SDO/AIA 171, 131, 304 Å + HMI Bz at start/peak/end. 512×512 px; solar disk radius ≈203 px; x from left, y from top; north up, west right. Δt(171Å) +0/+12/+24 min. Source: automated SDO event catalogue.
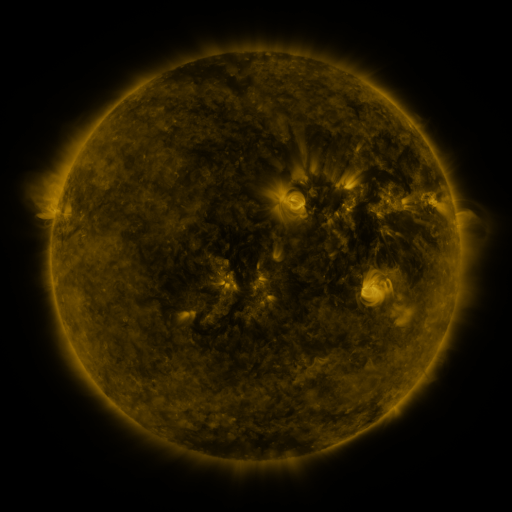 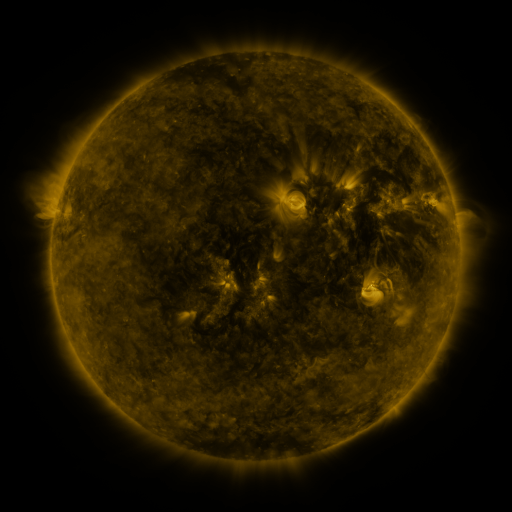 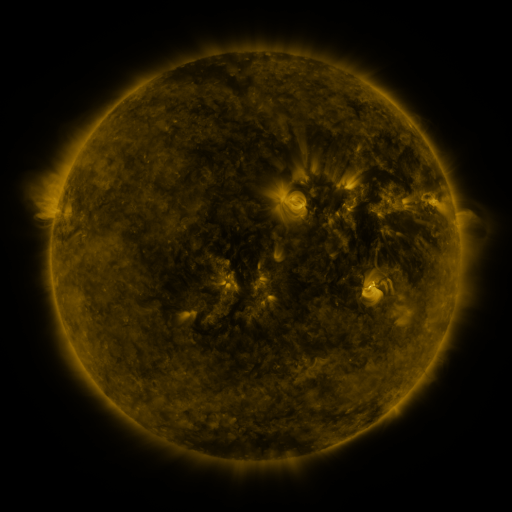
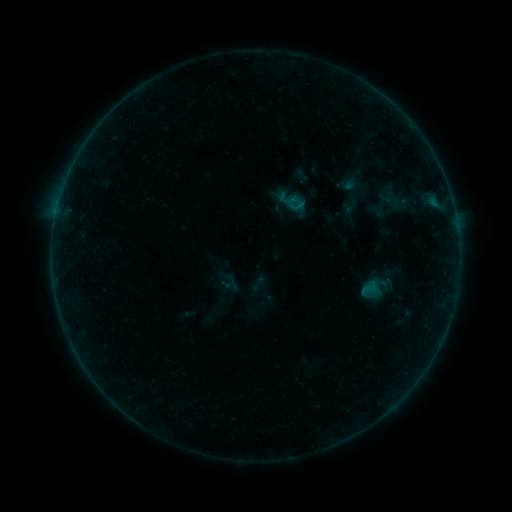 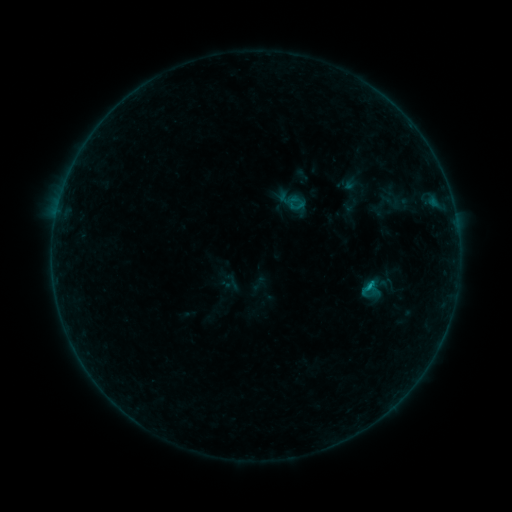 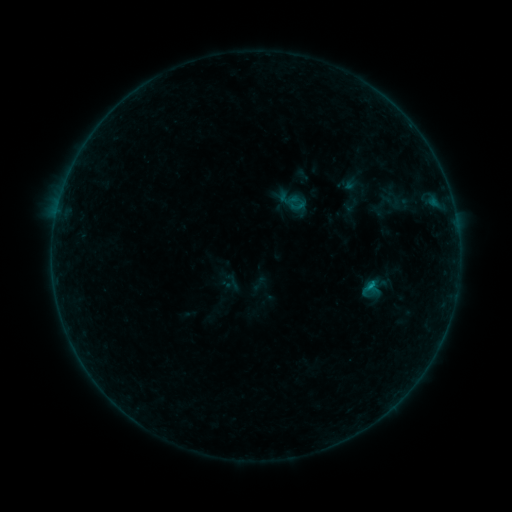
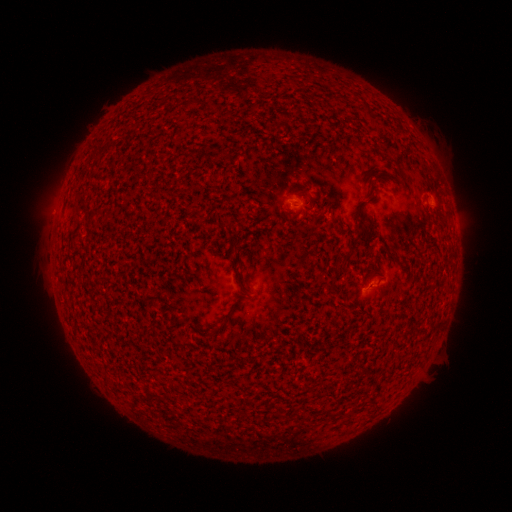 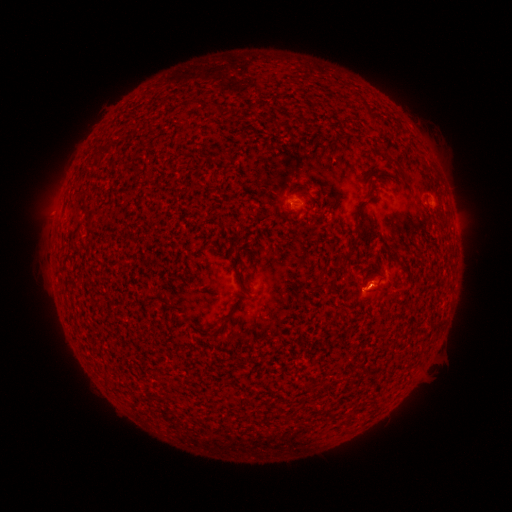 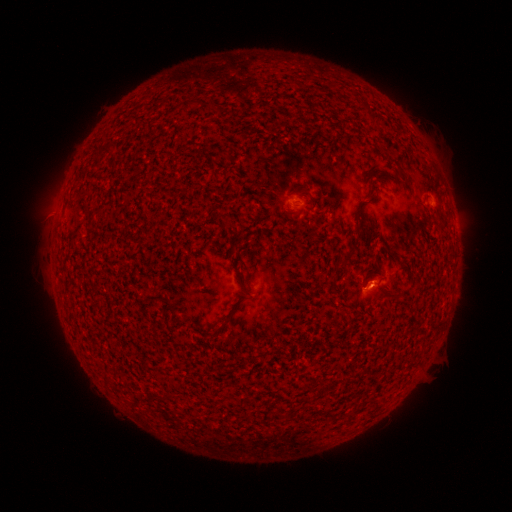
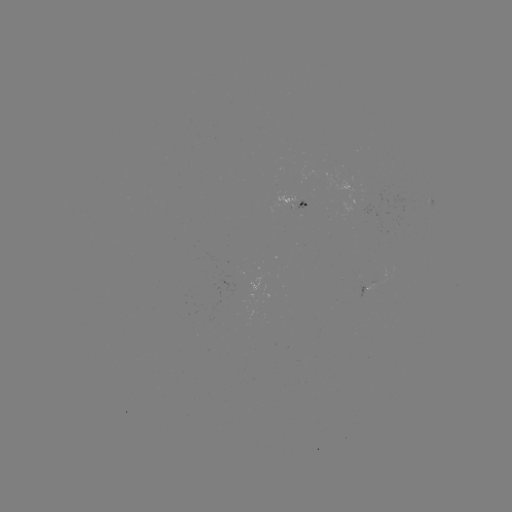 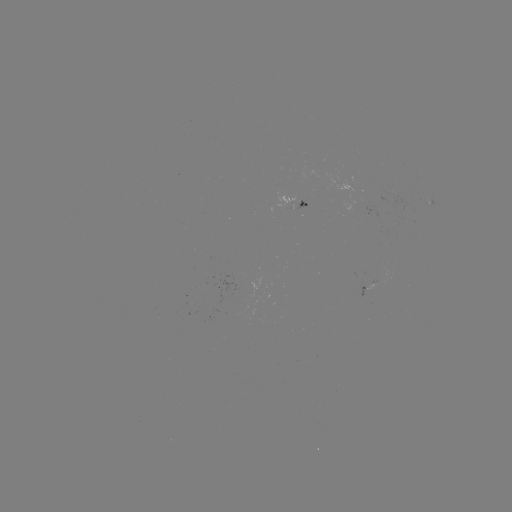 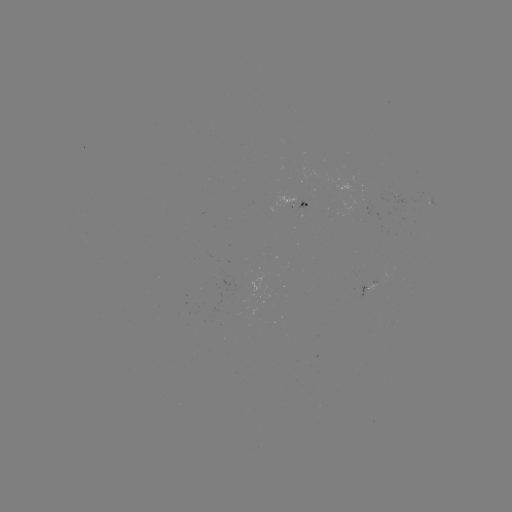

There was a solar flare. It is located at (368, 283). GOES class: B3.8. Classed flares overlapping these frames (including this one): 1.